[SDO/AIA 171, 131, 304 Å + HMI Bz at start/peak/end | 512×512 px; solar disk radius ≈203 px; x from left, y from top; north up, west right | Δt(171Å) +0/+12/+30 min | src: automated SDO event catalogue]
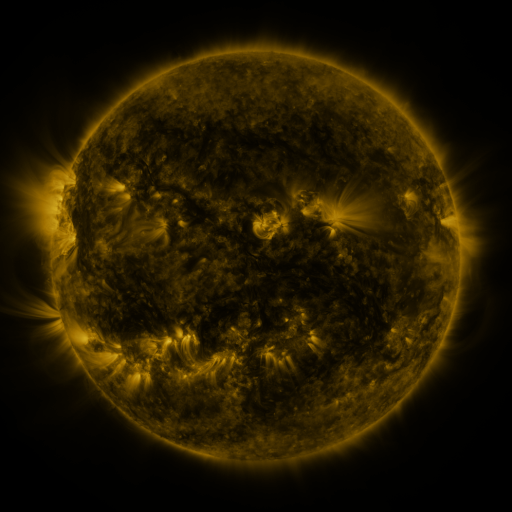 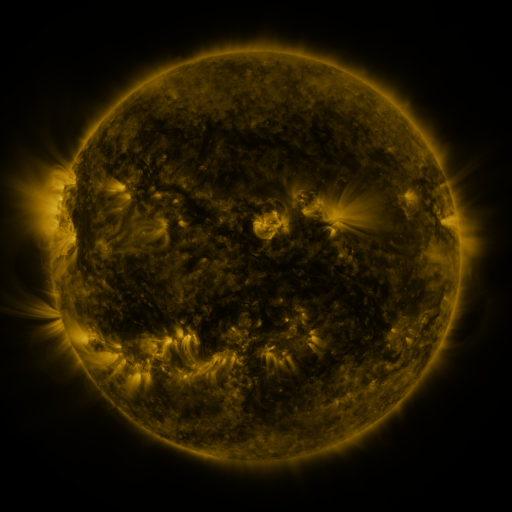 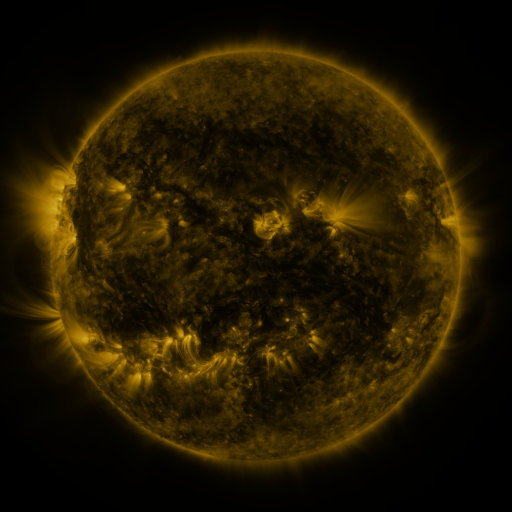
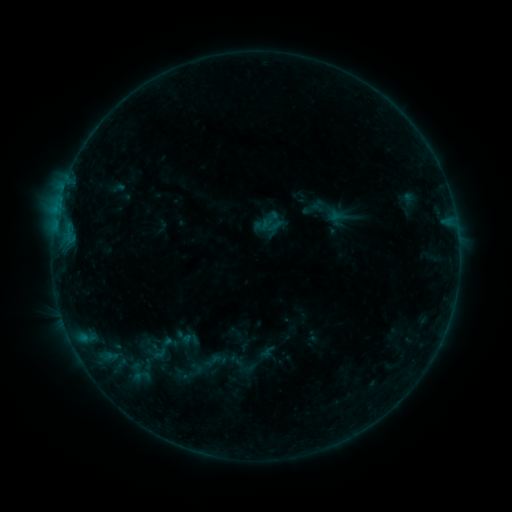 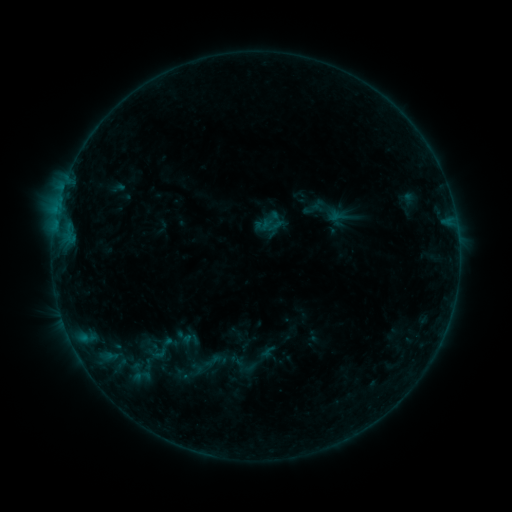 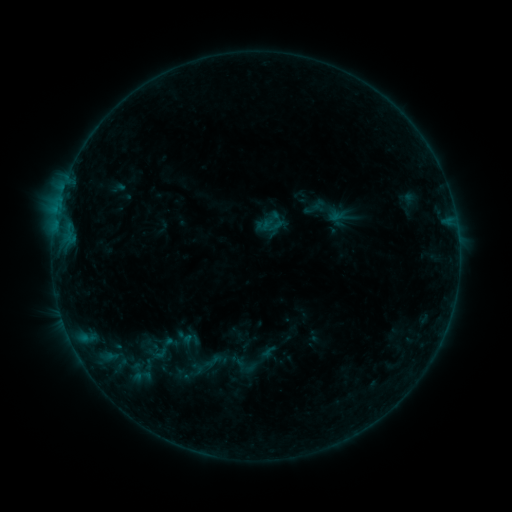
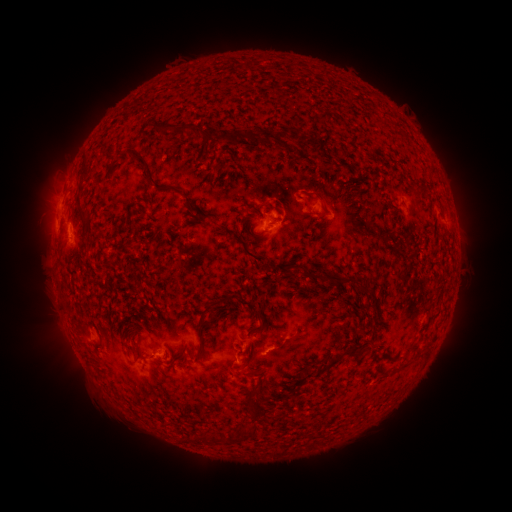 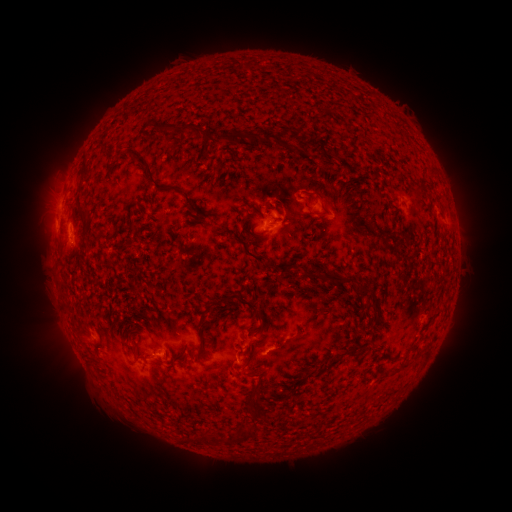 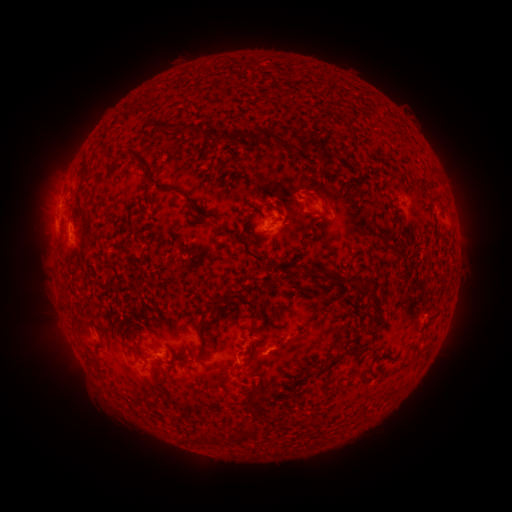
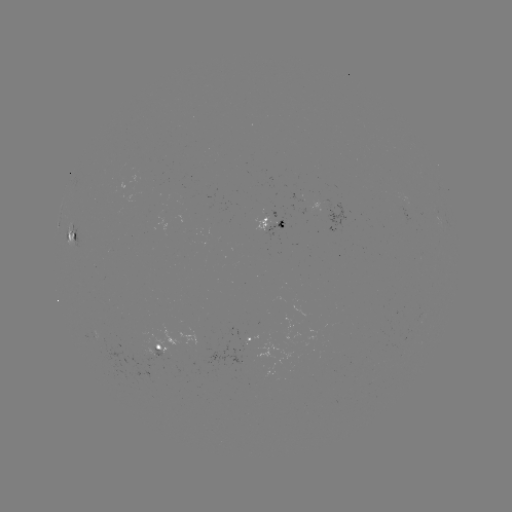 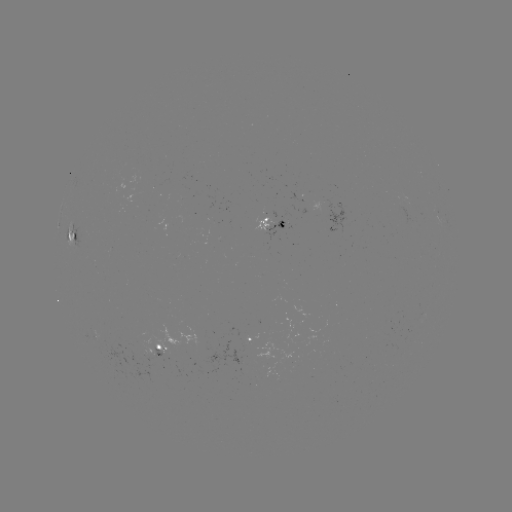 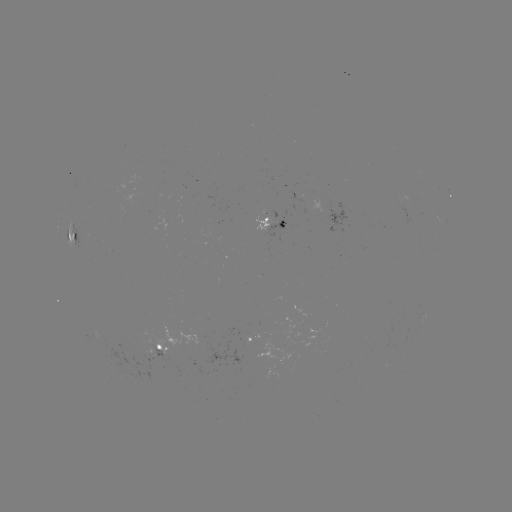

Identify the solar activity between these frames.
no classed flare was catalogued and no EUV brightening was flagged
